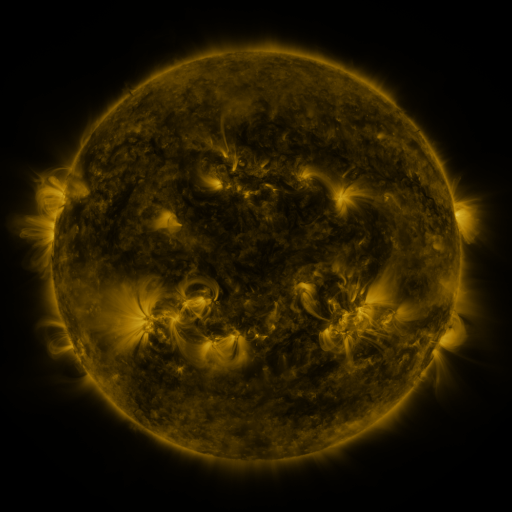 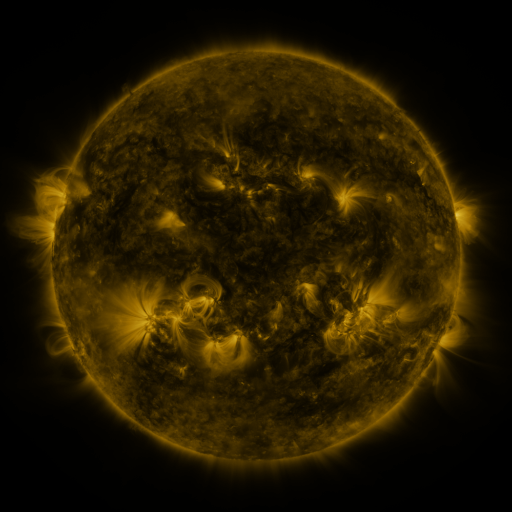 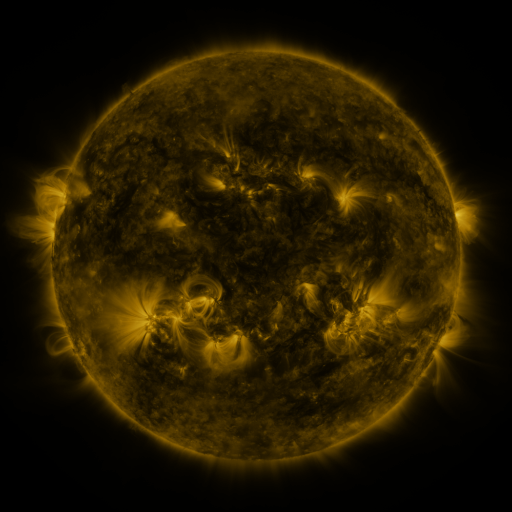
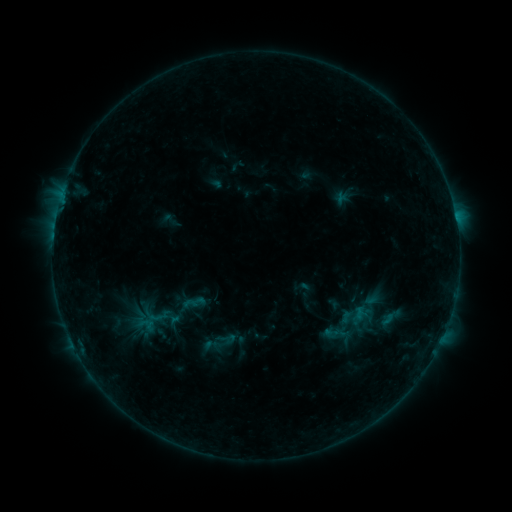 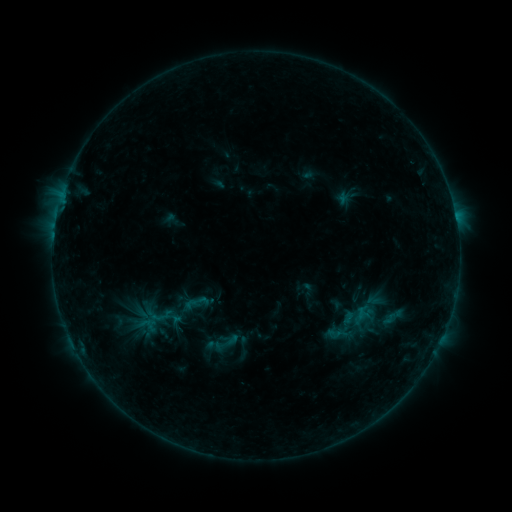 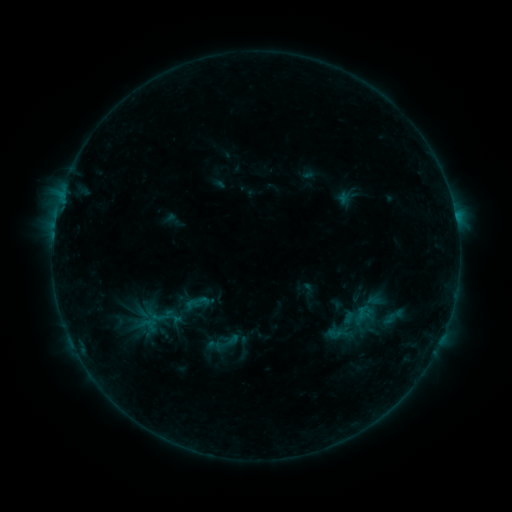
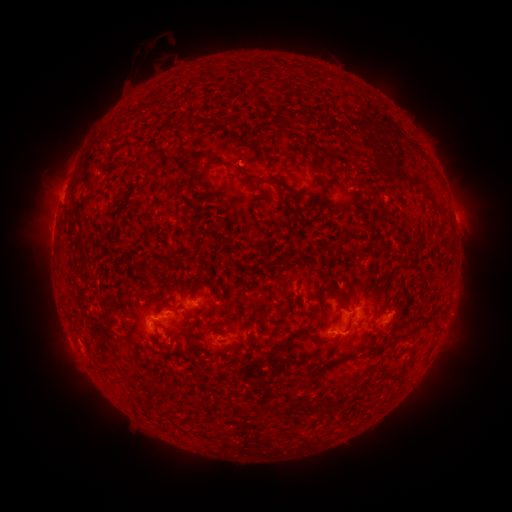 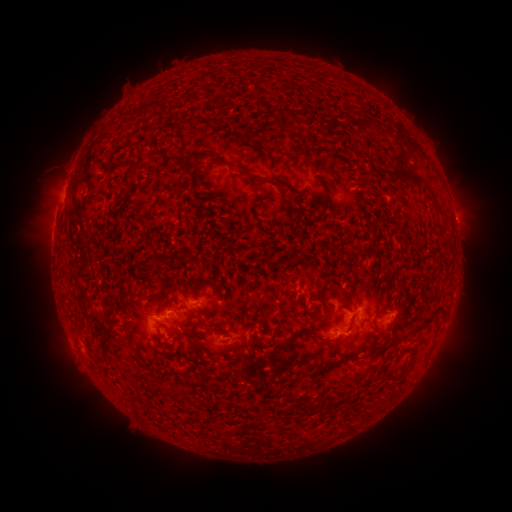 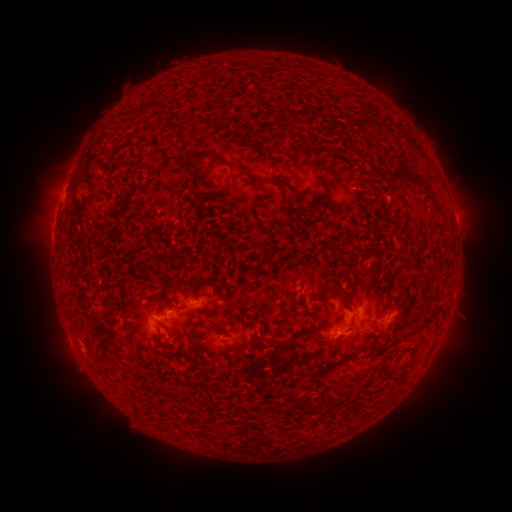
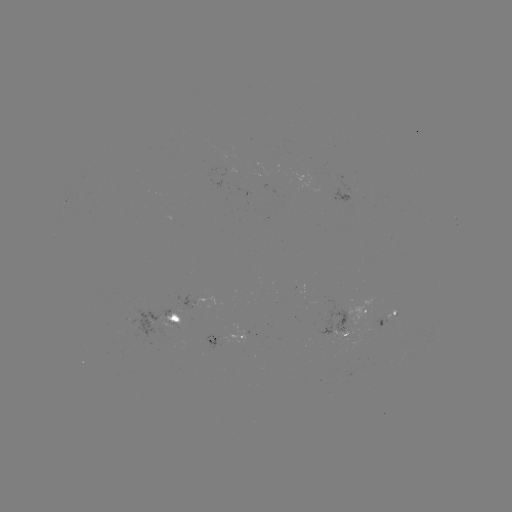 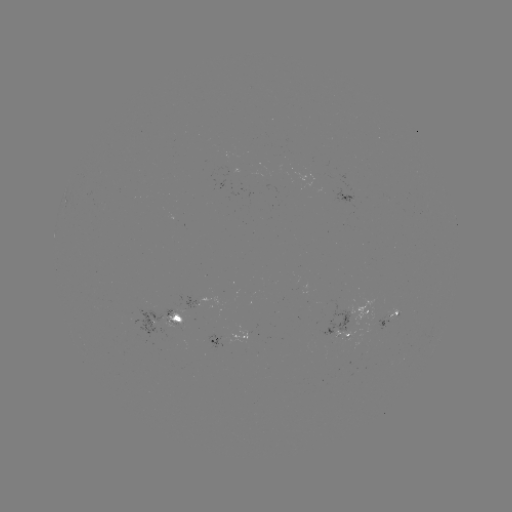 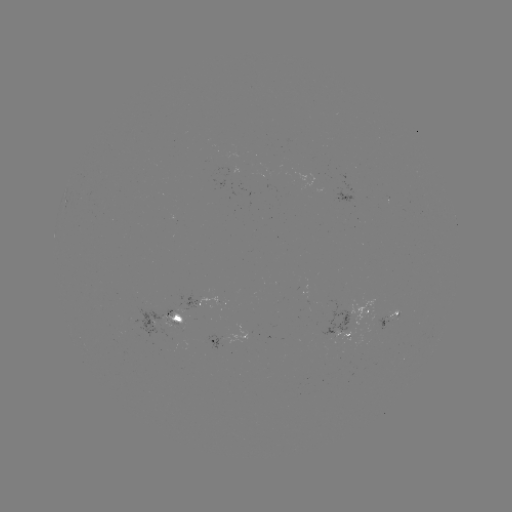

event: emerging-flux region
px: (192, 304)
